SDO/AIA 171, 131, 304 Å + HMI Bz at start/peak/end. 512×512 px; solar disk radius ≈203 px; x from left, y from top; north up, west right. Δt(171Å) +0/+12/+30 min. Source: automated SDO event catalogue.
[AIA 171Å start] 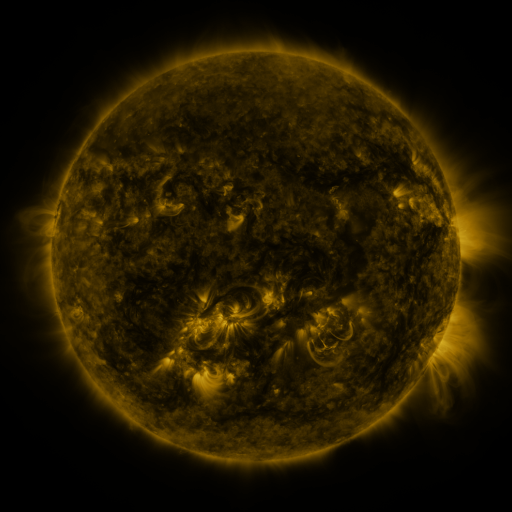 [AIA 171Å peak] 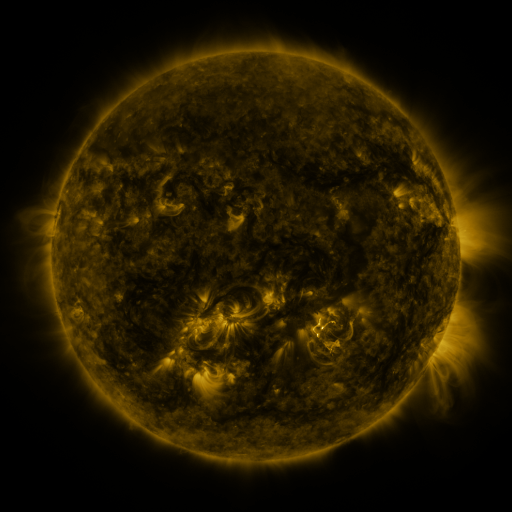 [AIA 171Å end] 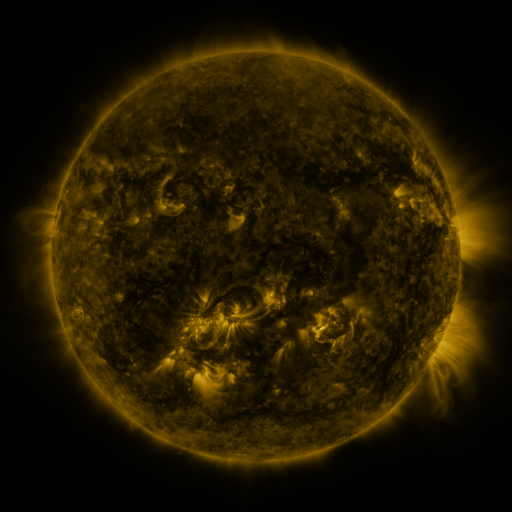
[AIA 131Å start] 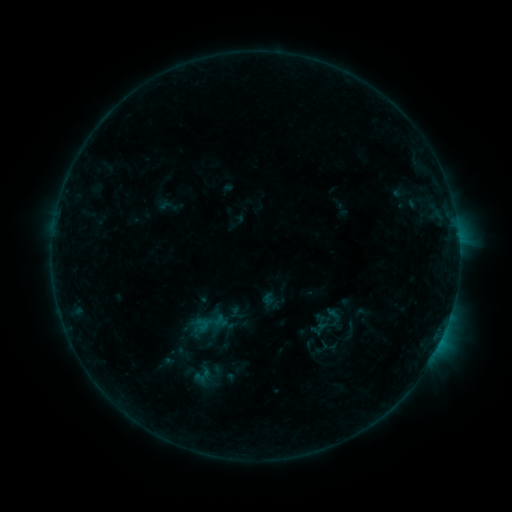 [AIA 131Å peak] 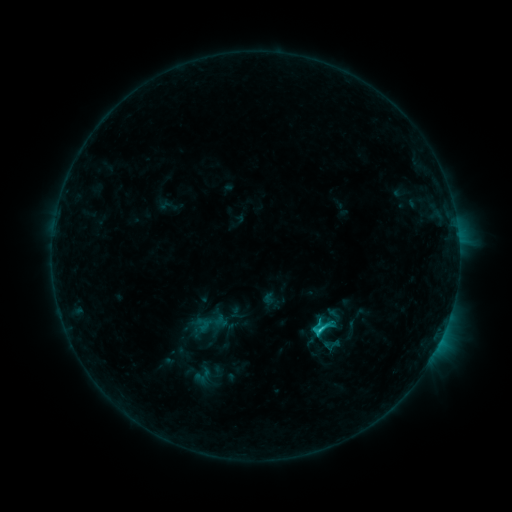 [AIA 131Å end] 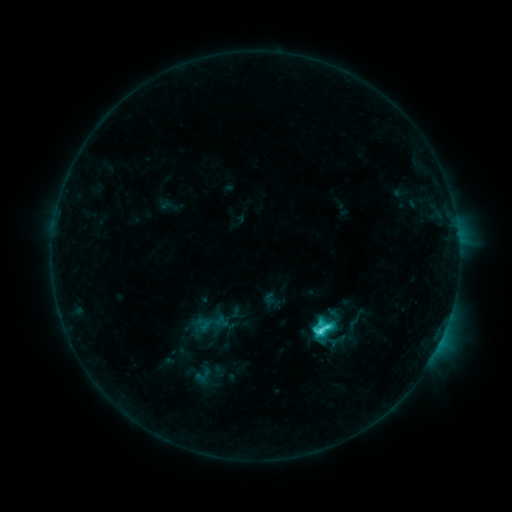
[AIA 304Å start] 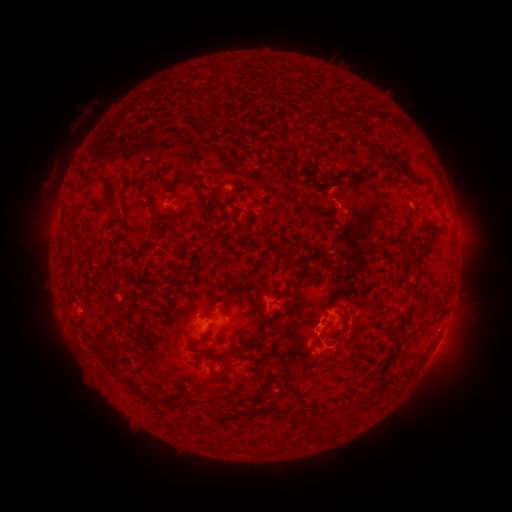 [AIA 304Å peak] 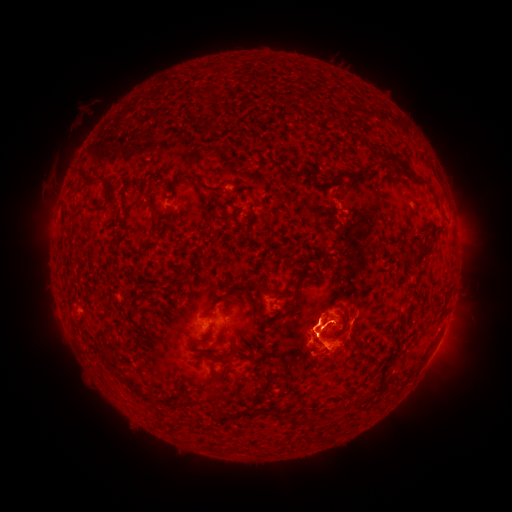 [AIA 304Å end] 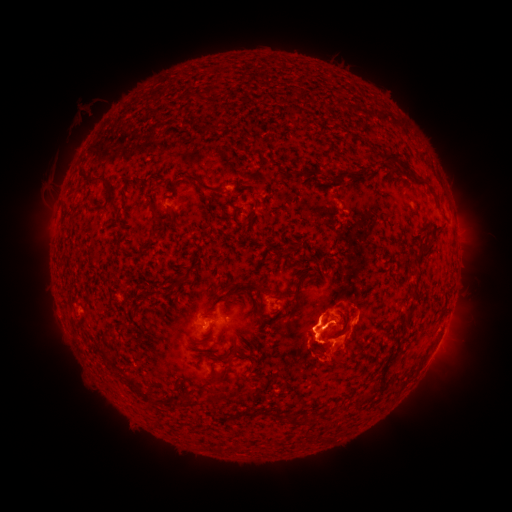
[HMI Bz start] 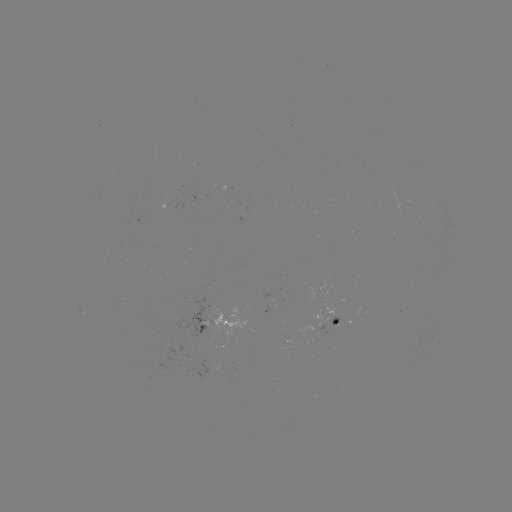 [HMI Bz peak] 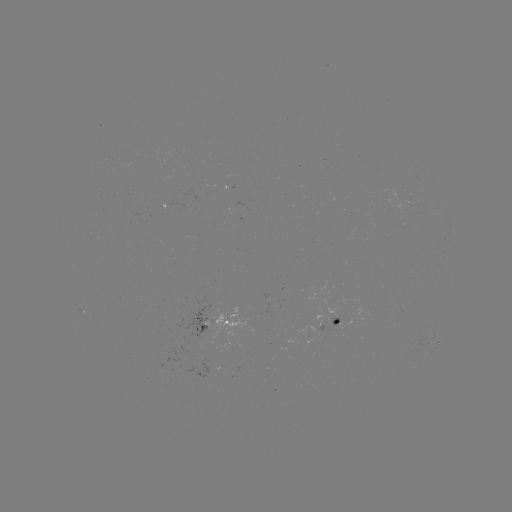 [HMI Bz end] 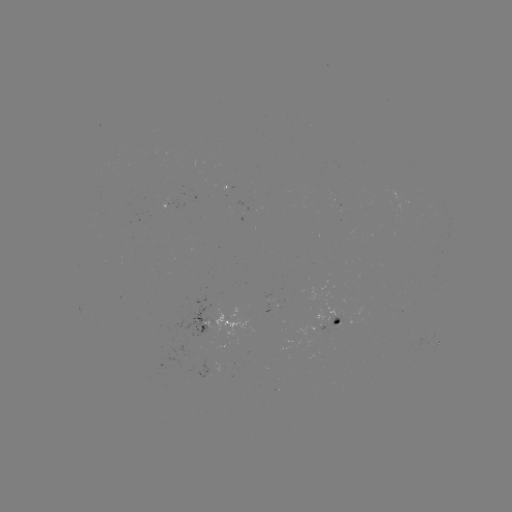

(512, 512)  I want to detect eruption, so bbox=[272, 286, 365, 393].